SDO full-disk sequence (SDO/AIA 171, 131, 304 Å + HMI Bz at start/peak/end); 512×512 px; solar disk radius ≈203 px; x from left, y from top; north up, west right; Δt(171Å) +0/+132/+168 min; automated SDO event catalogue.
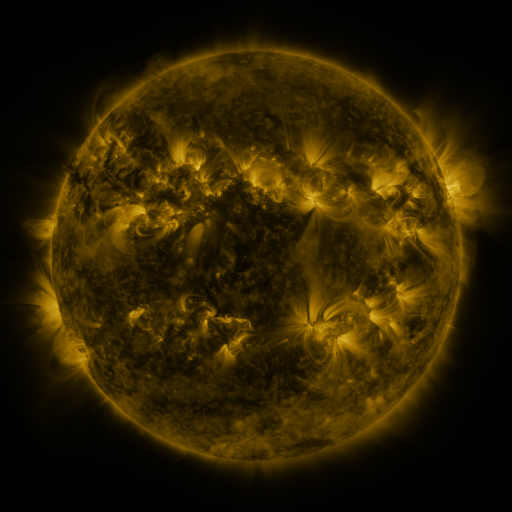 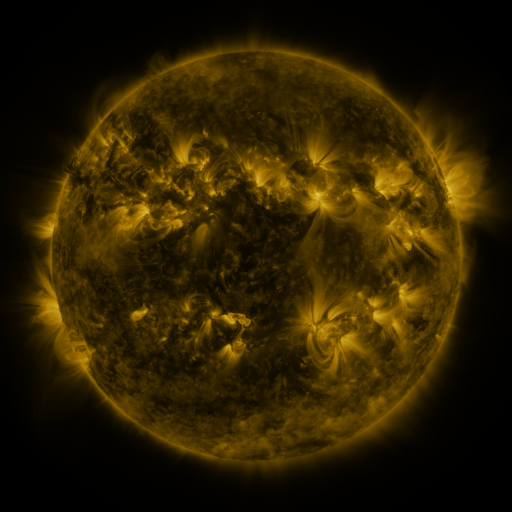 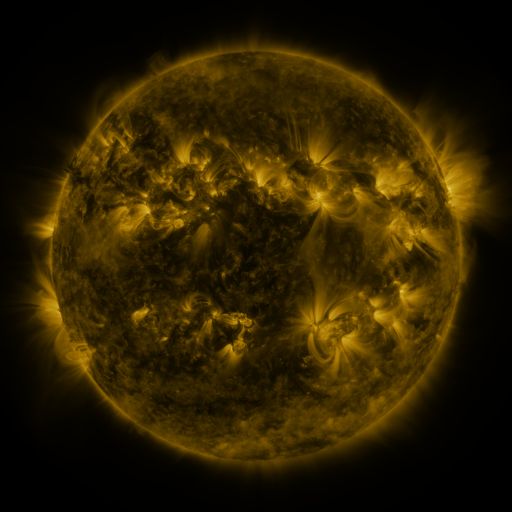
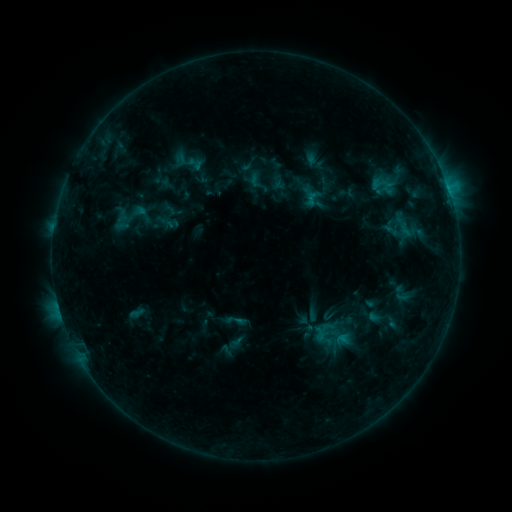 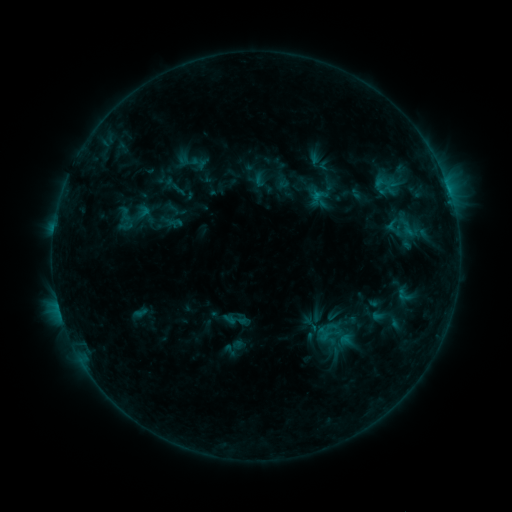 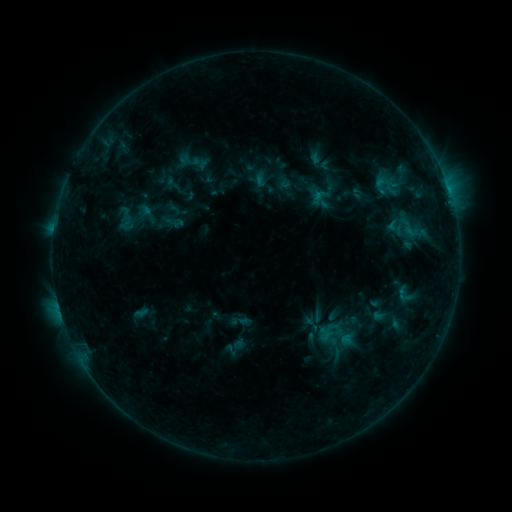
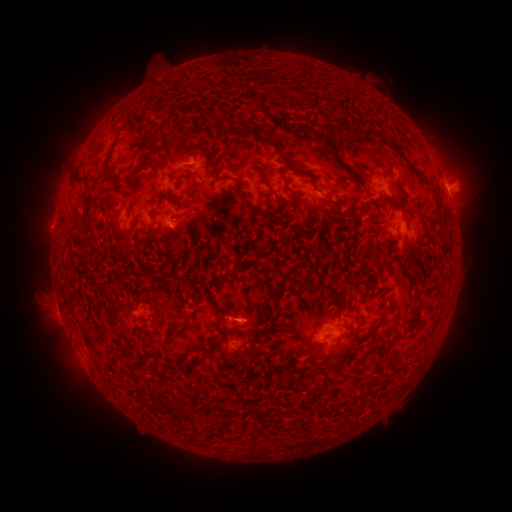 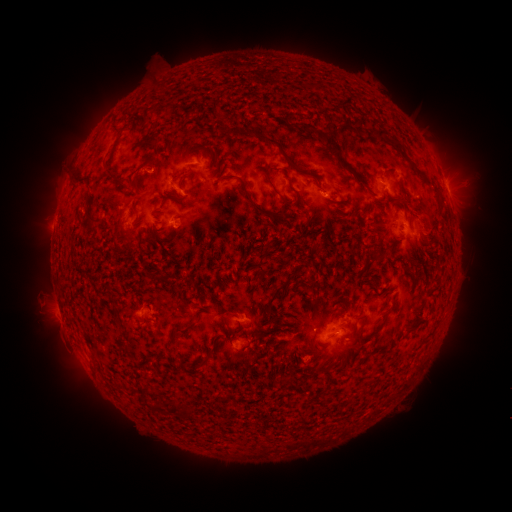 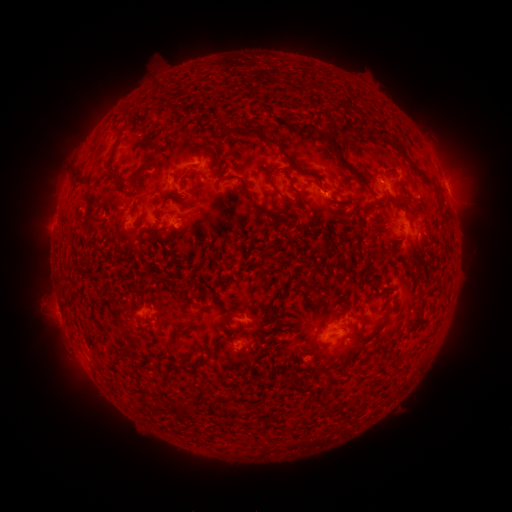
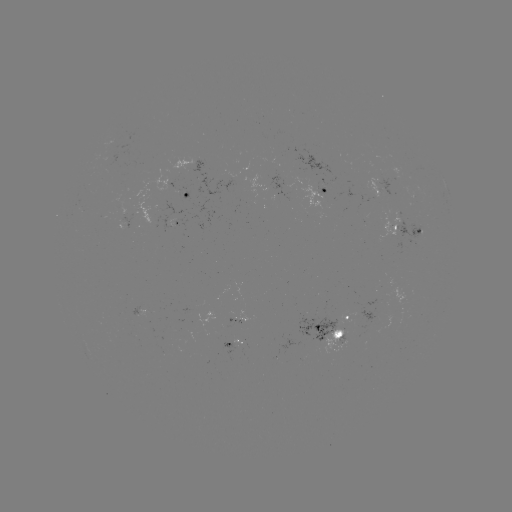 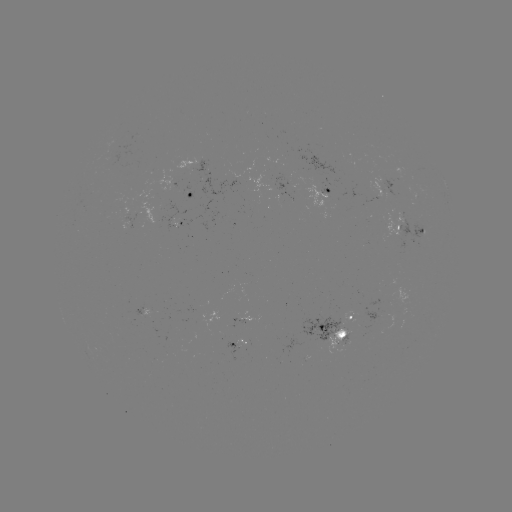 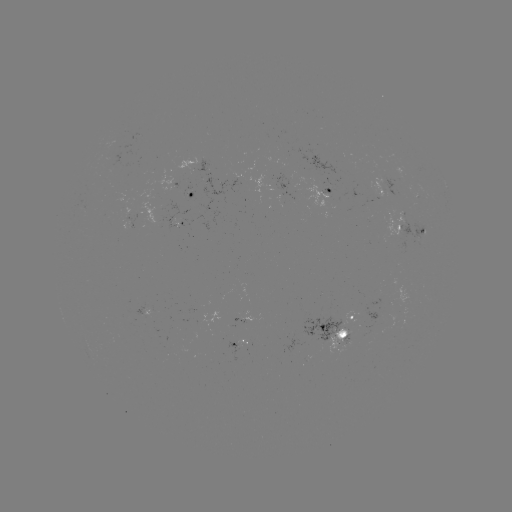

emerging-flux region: (378, 212, 406, 242)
